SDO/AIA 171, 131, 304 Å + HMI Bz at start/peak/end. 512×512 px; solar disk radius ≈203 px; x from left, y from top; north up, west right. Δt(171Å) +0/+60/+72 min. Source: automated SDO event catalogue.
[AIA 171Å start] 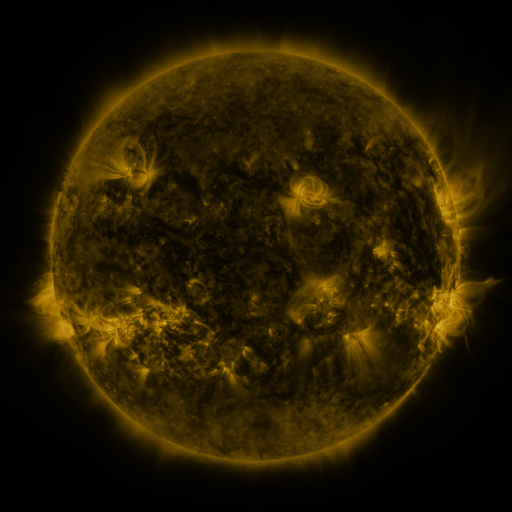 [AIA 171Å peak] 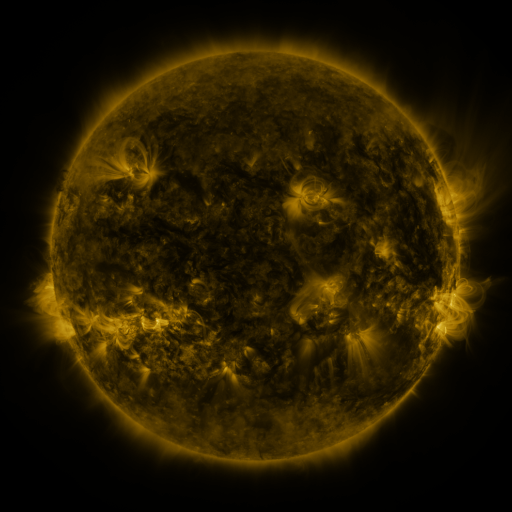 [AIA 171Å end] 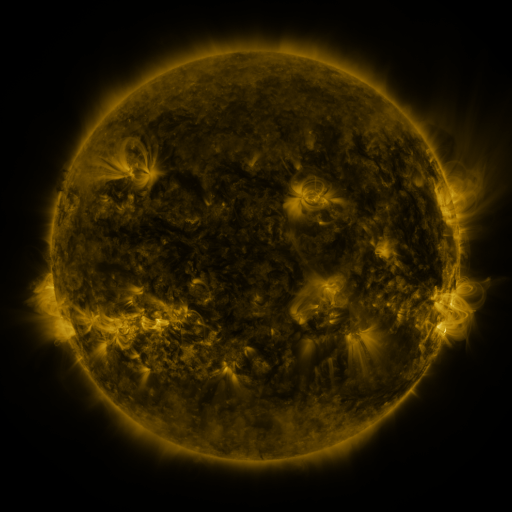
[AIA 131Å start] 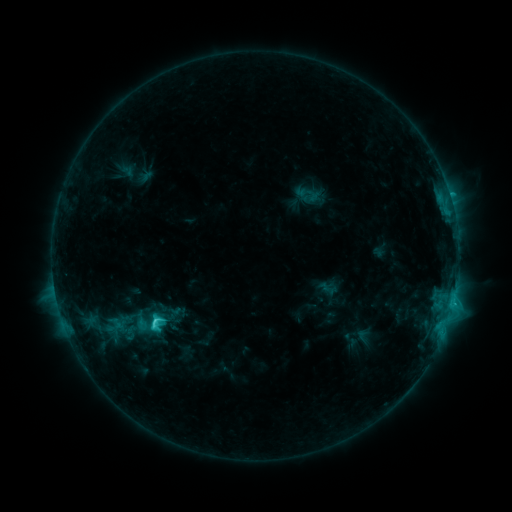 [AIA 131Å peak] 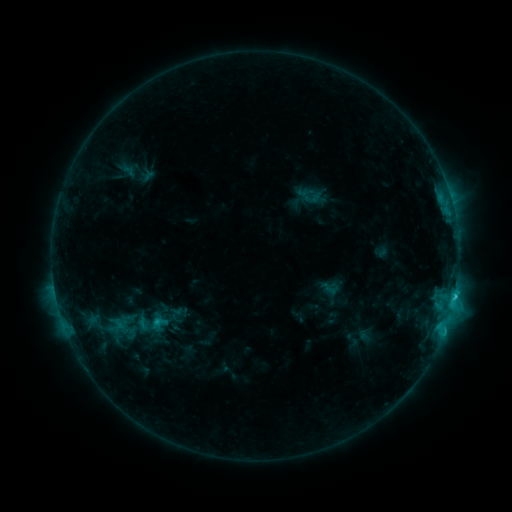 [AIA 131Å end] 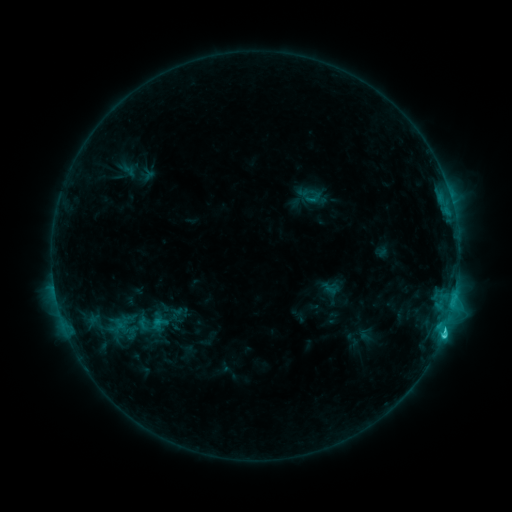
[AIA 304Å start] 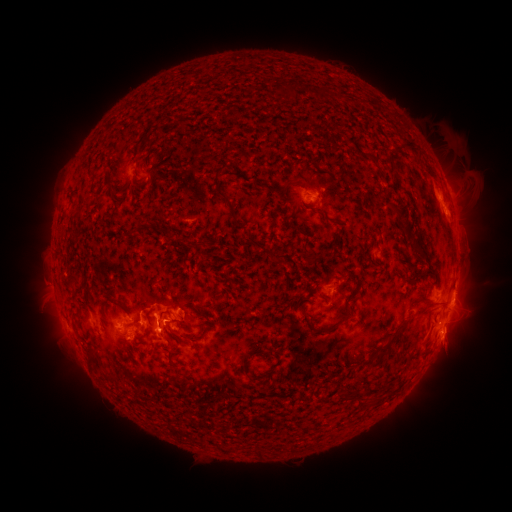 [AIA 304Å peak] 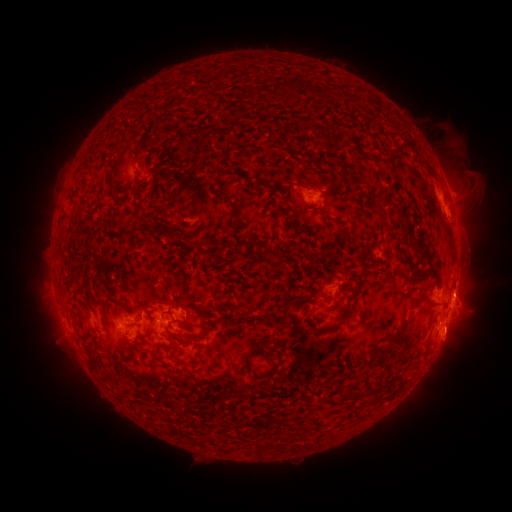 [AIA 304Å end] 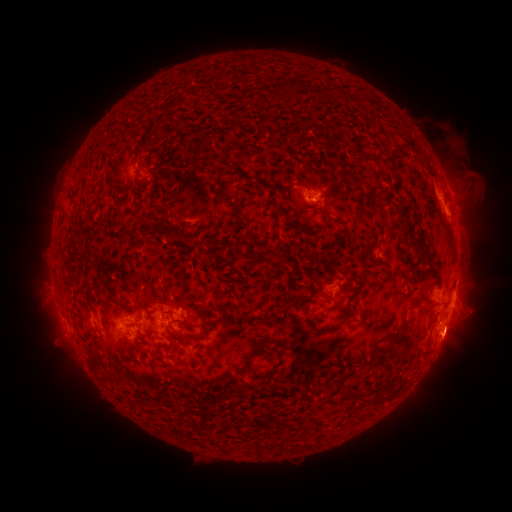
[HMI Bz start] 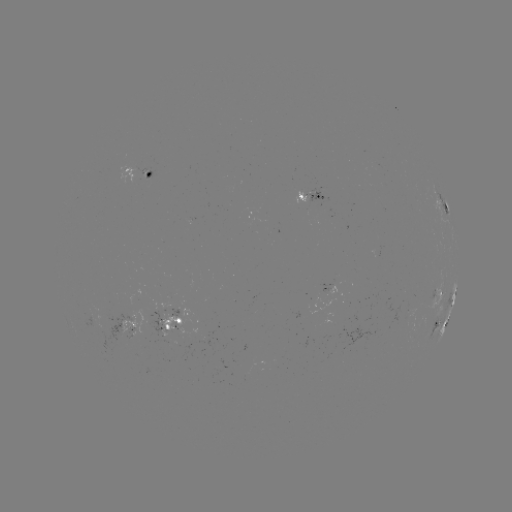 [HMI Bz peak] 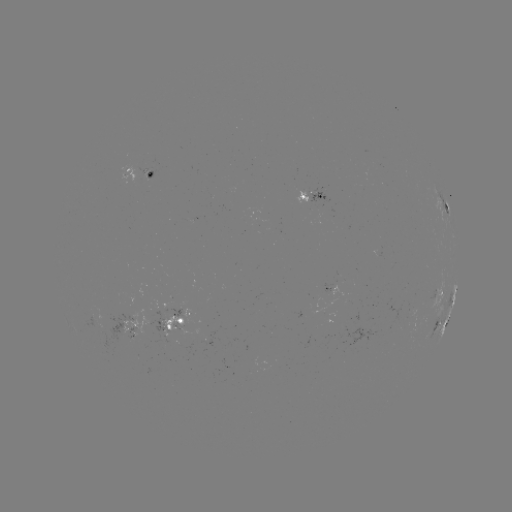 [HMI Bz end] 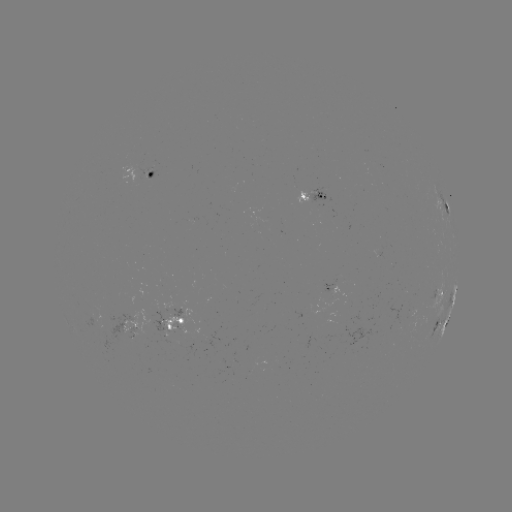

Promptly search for emerging-flux region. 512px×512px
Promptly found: (315, 193).